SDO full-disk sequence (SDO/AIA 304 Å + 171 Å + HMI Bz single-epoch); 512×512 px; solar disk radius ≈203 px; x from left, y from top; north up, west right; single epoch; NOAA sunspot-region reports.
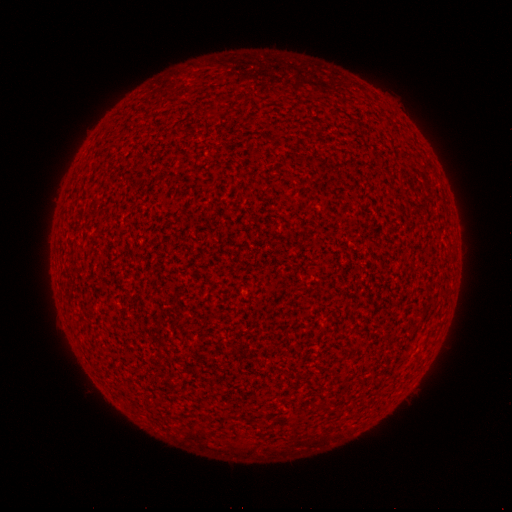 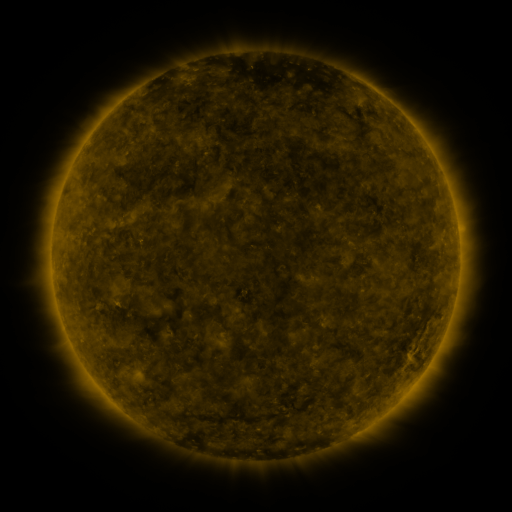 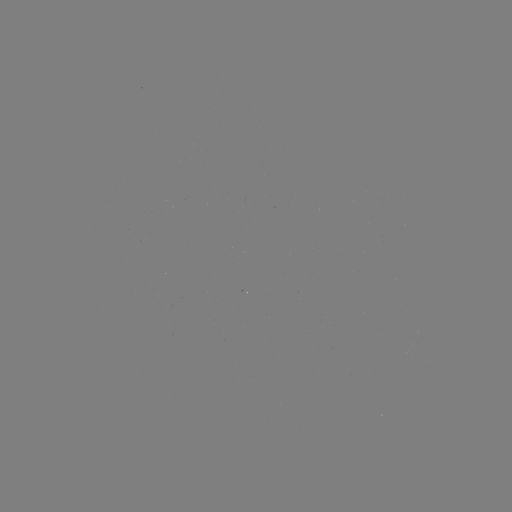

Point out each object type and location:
(none)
